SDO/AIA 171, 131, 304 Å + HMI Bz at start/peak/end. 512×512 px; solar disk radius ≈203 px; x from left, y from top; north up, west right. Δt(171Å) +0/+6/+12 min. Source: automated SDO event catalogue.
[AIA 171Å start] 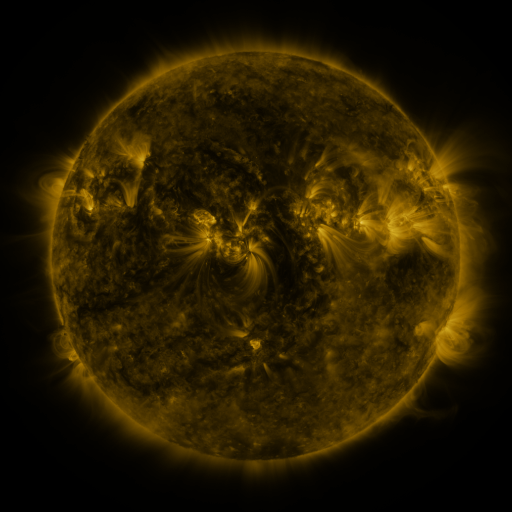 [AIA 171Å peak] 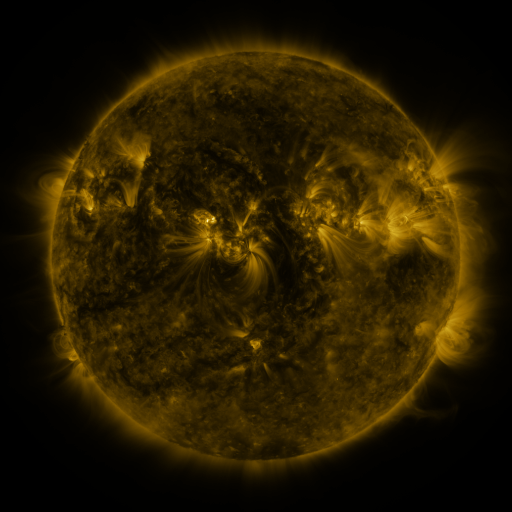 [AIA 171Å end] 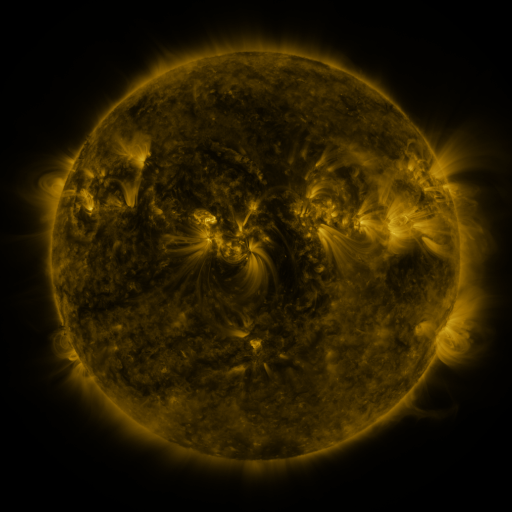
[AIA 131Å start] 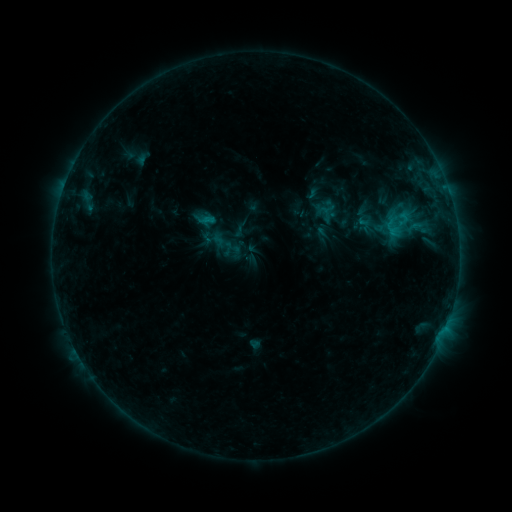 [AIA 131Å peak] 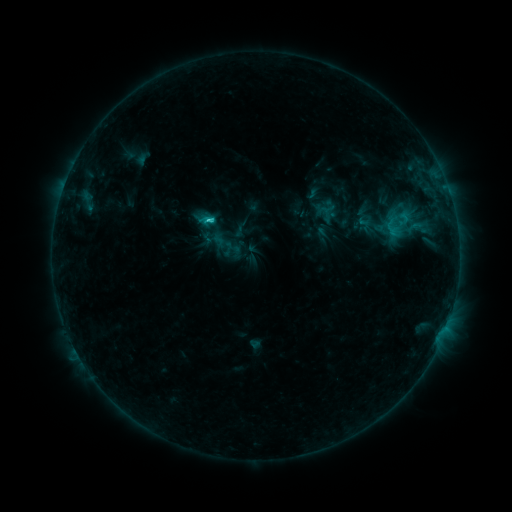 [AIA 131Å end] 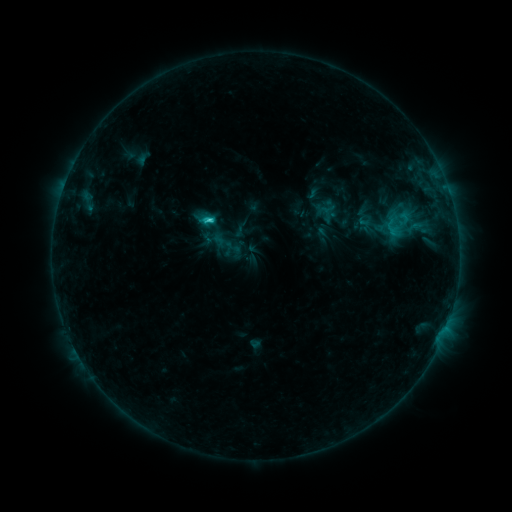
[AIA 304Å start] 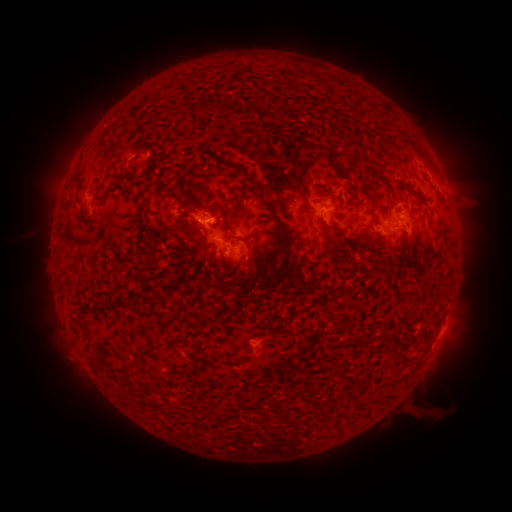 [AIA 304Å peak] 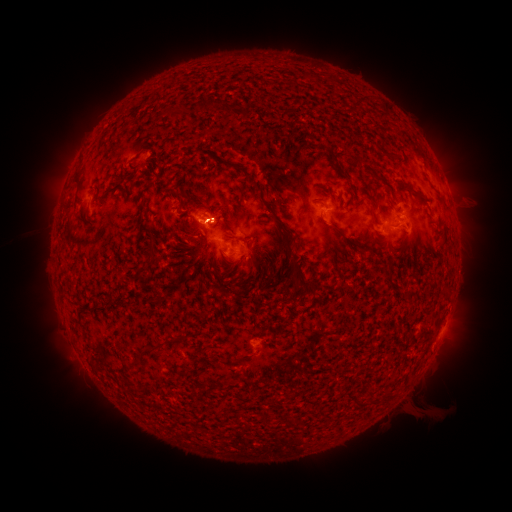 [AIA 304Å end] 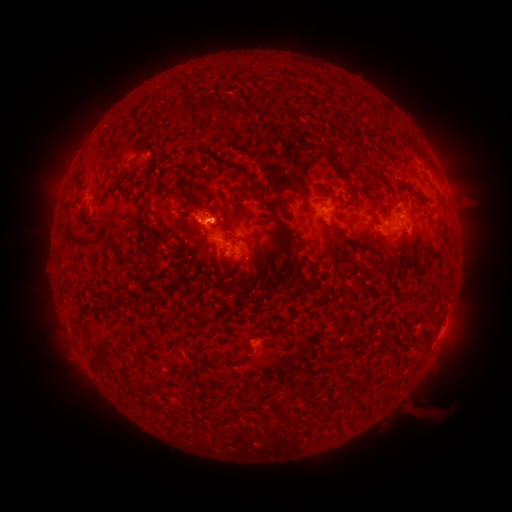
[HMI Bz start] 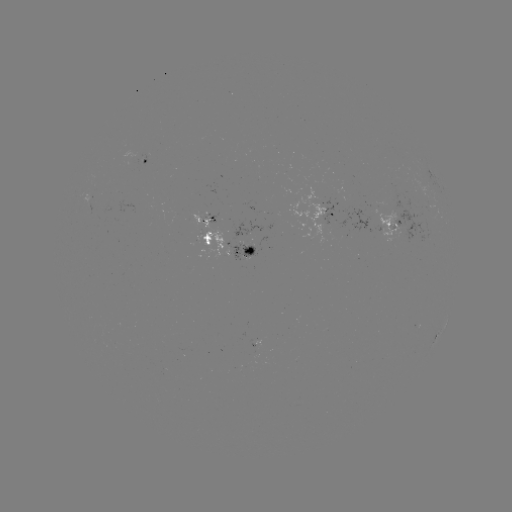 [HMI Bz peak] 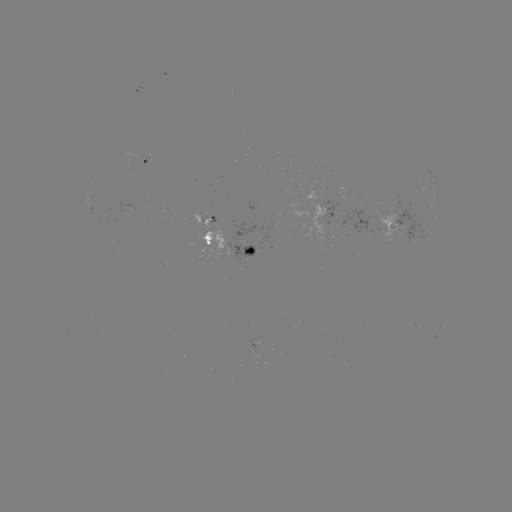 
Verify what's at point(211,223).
C2.6 flare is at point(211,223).